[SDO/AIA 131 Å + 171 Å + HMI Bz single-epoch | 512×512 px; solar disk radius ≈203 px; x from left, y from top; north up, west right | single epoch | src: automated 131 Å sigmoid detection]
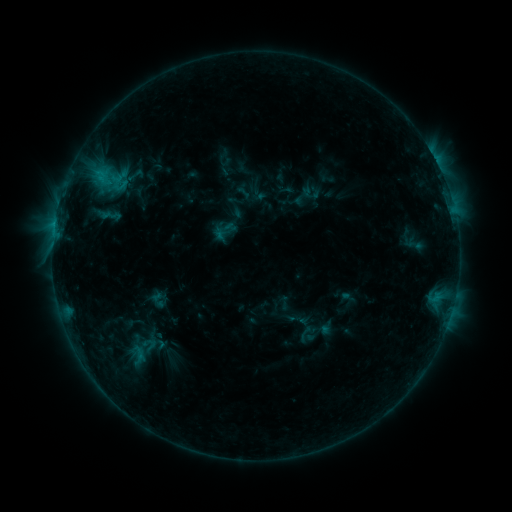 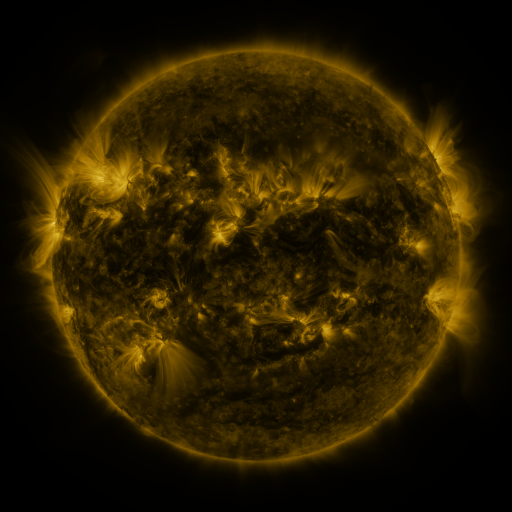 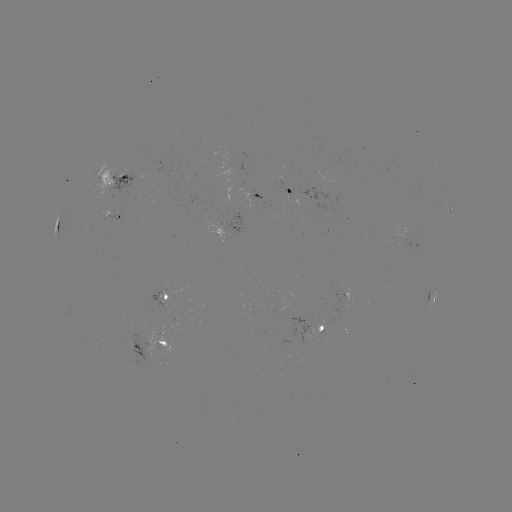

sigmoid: (213, 219, 234, 240)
